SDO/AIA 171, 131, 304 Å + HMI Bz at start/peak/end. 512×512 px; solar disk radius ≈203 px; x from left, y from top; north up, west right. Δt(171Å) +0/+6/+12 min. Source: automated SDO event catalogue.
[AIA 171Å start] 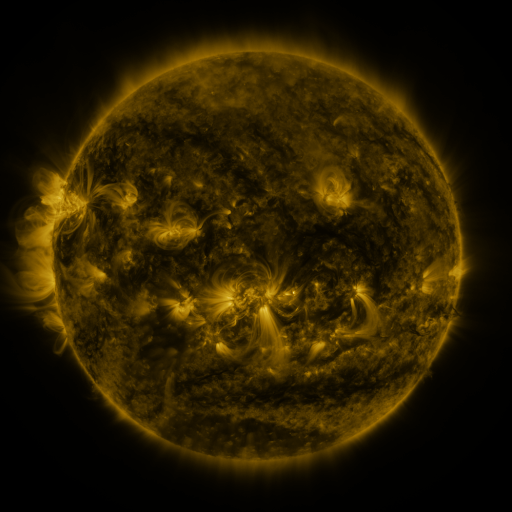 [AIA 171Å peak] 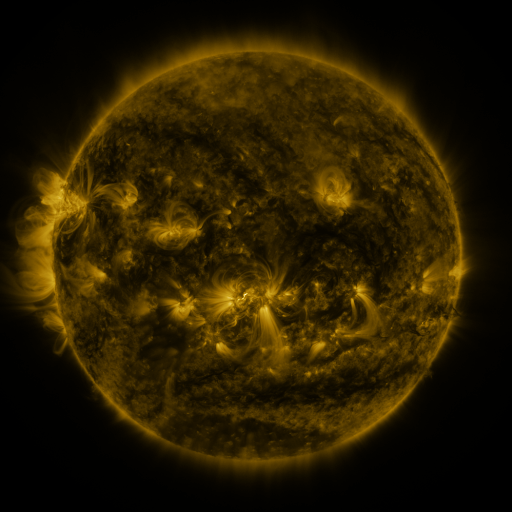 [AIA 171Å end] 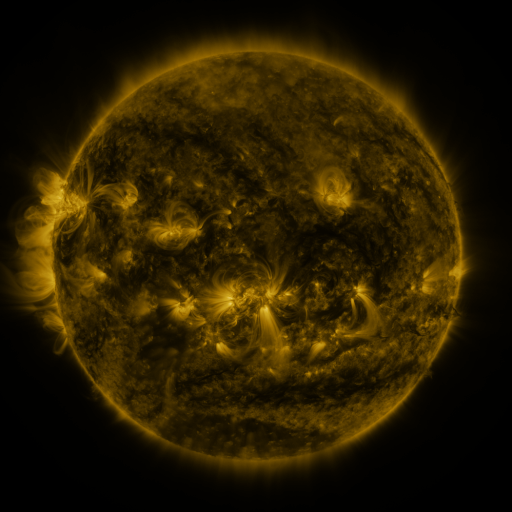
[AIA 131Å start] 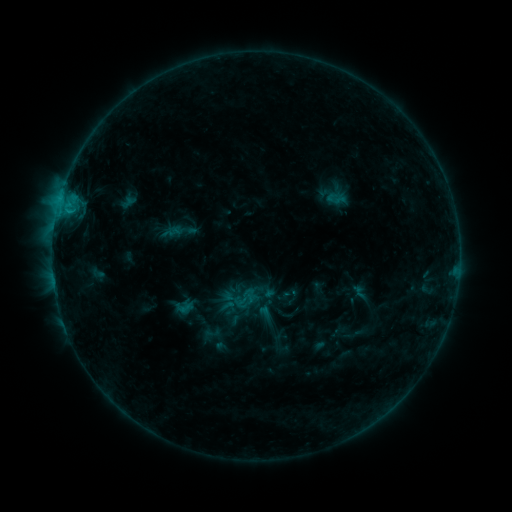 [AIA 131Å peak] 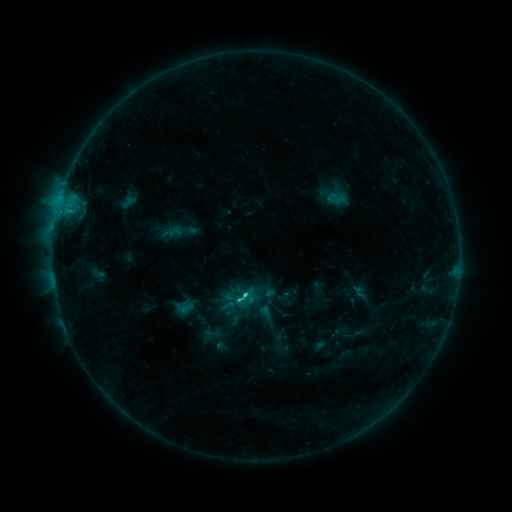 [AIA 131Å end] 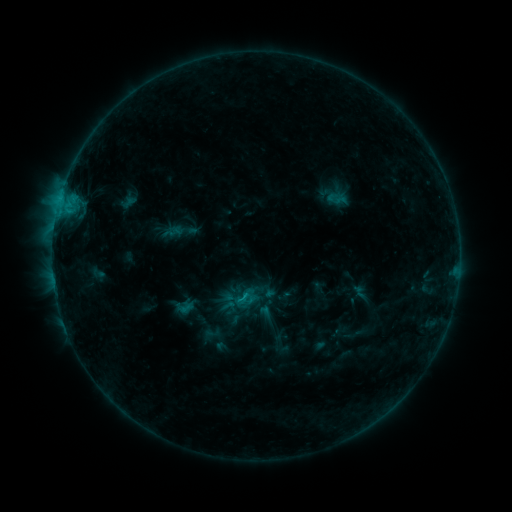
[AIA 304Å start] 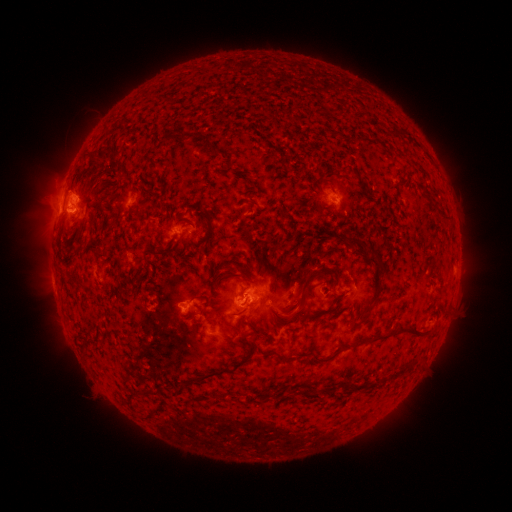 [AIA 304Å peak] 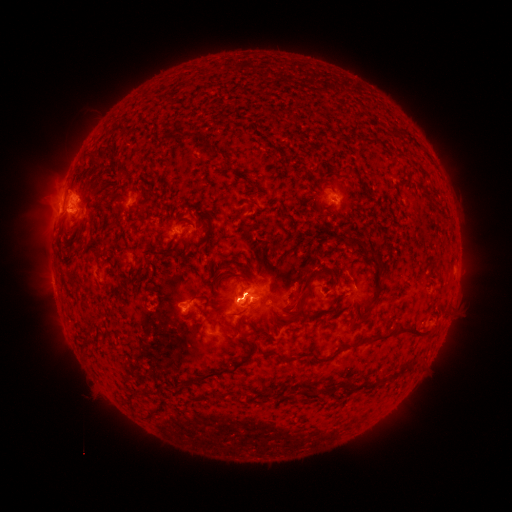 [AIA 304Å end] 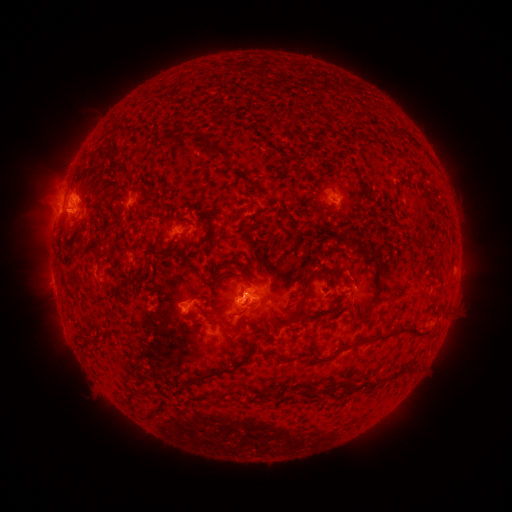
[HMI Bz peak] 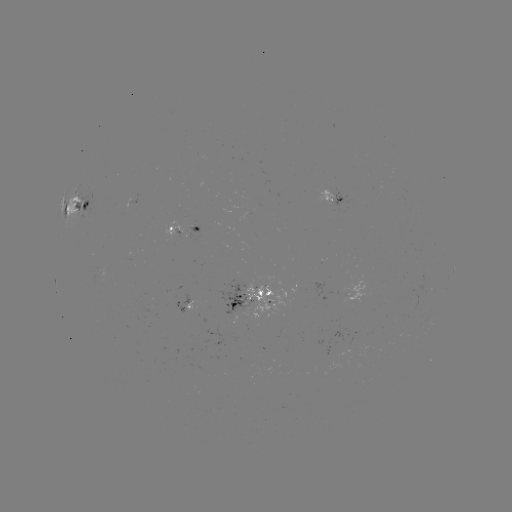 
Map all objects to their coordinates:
C1.5 flare: (242, 296)
